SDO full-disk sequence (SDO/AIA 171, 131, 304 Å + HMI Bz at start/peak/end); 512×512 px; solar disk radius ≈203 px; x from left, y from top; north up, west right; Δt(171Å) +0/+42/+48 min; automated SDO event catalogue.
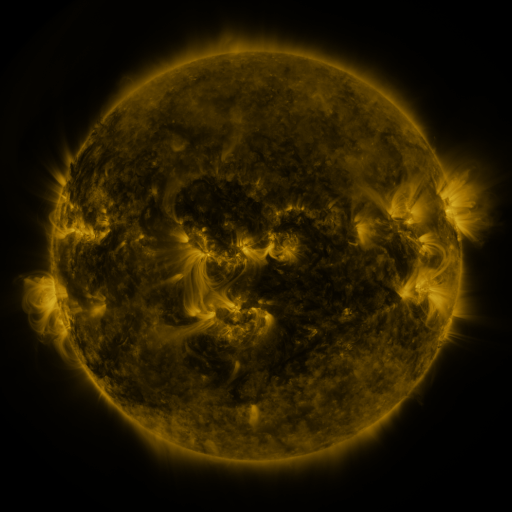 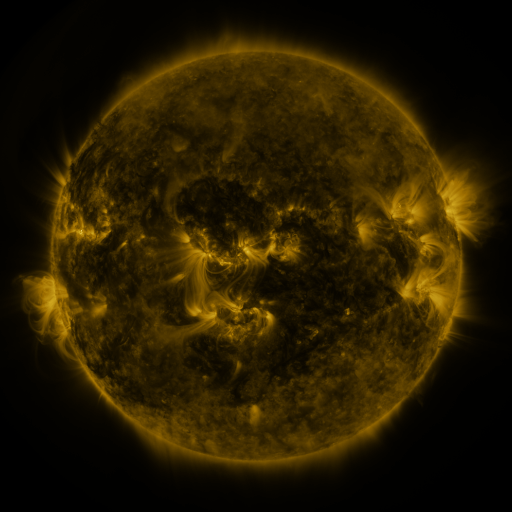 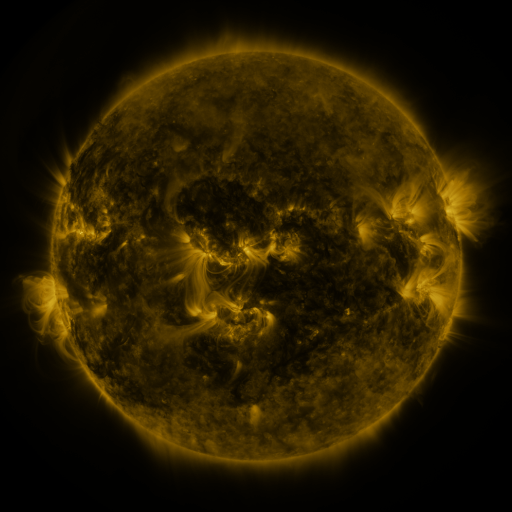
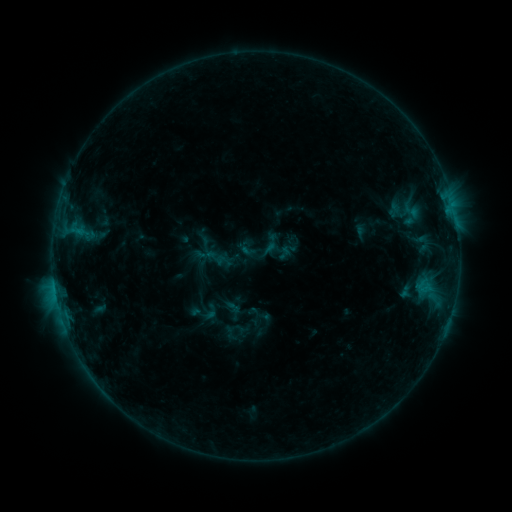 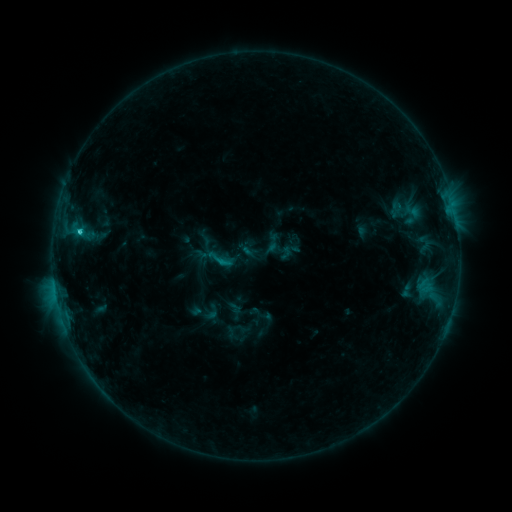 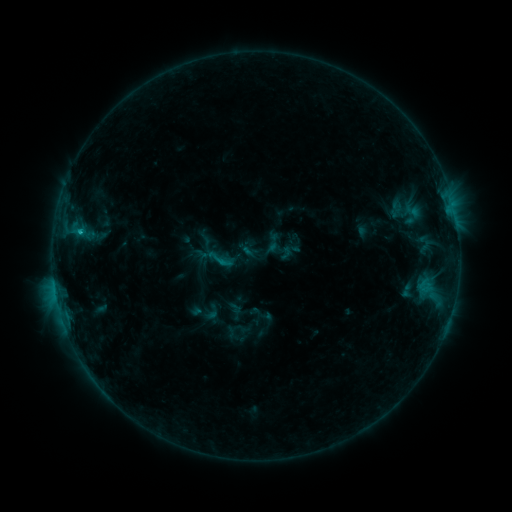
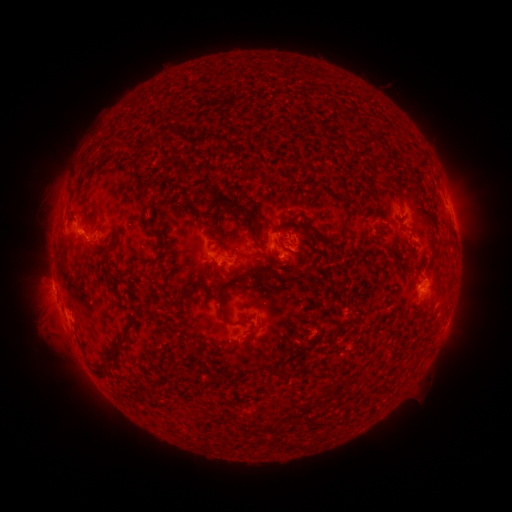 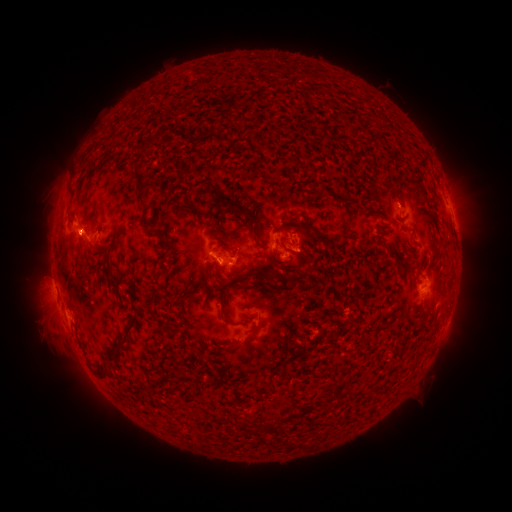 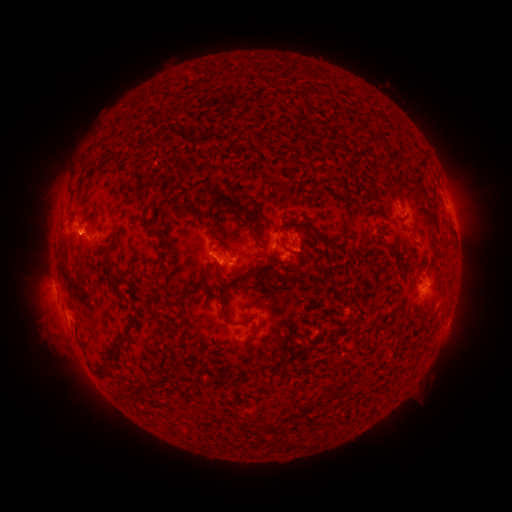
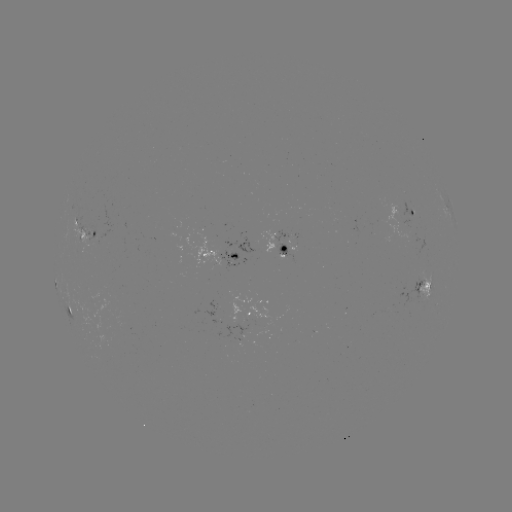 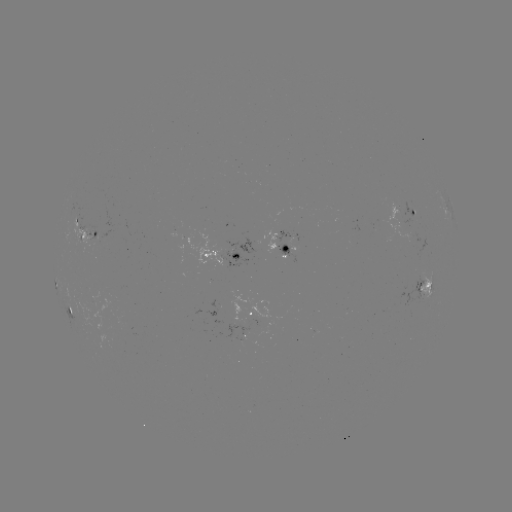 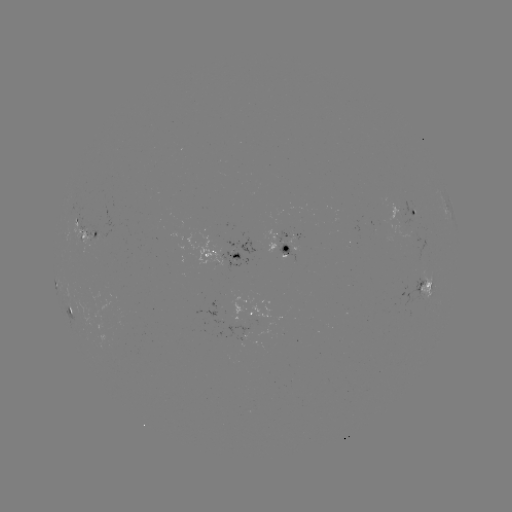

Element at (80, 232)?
C1.4 flare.